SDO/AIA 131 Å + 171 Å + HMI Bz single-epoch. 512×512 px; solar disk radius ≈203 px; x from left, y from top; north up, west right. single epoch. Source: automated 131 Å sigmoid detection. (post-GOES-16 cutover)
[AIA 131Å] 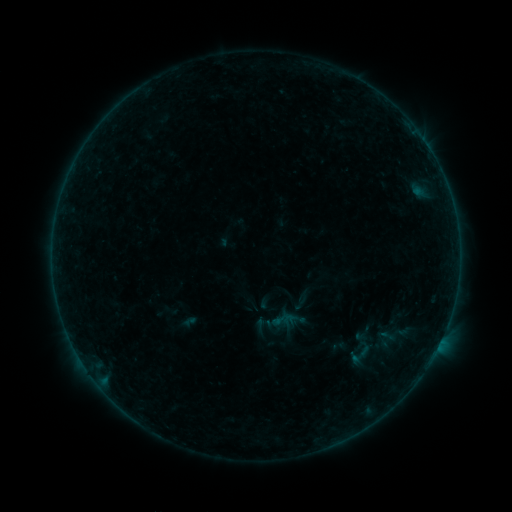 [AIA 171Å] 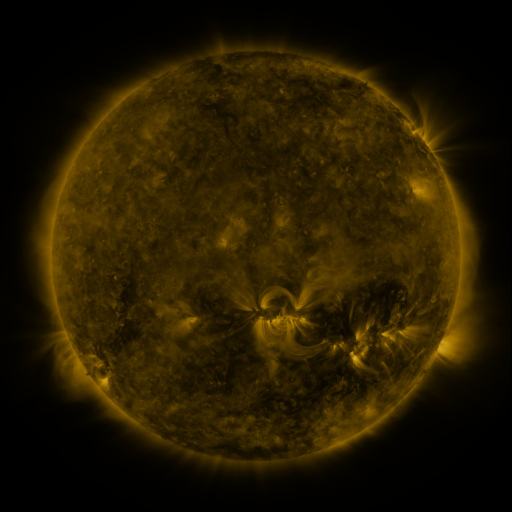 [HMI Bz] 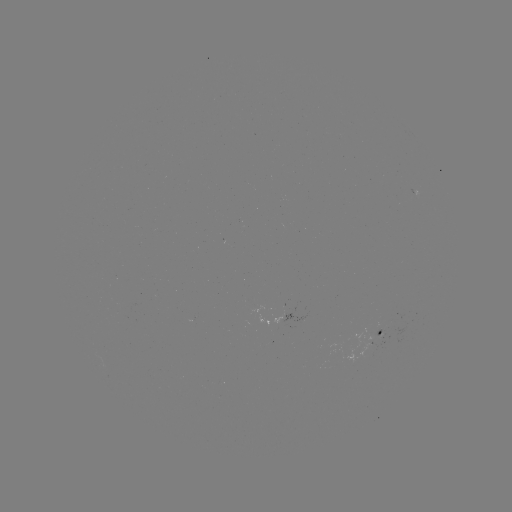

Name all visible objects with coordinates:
sigmoid: (300, 301)
sigmoid: (361, 354)
